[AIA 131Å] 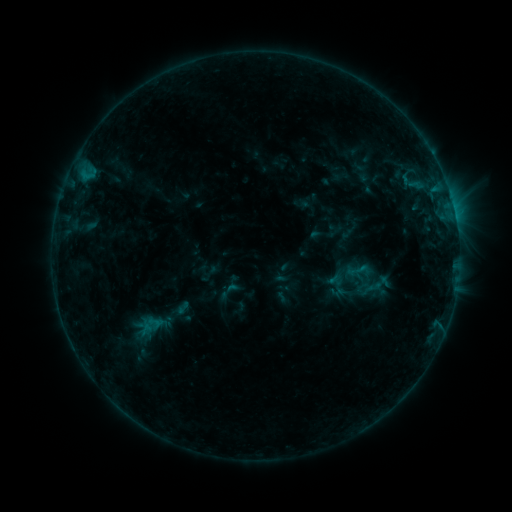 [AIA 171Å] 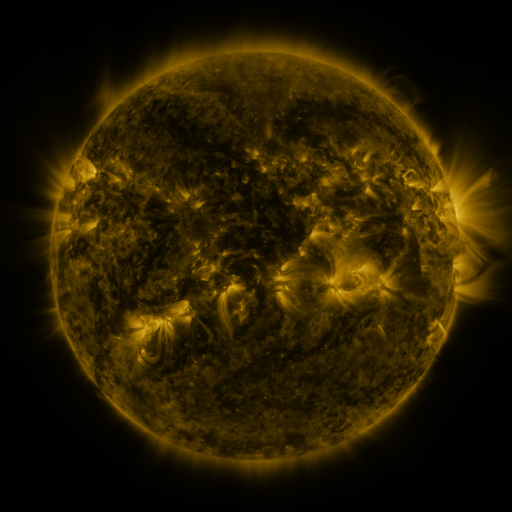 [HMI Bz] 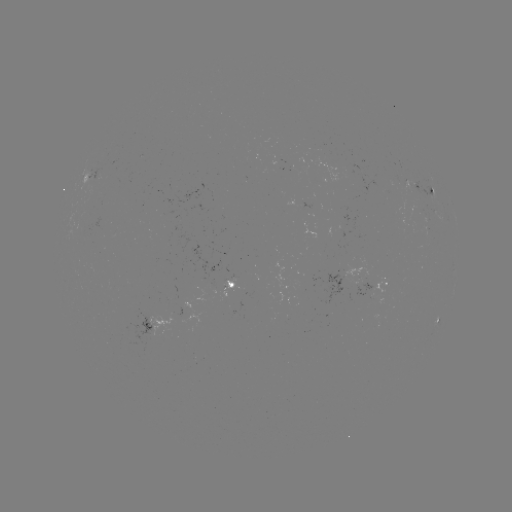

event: sigmoid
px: (357, 270)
